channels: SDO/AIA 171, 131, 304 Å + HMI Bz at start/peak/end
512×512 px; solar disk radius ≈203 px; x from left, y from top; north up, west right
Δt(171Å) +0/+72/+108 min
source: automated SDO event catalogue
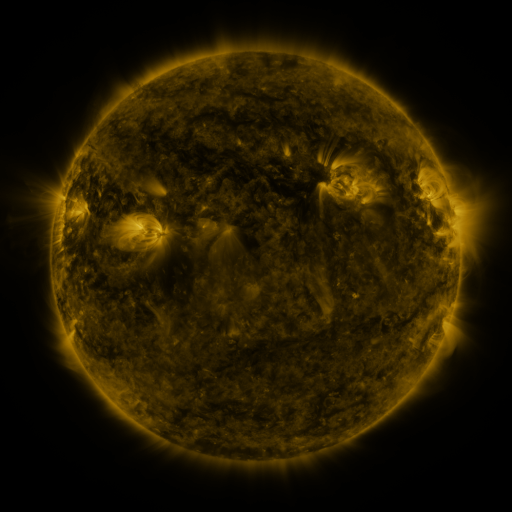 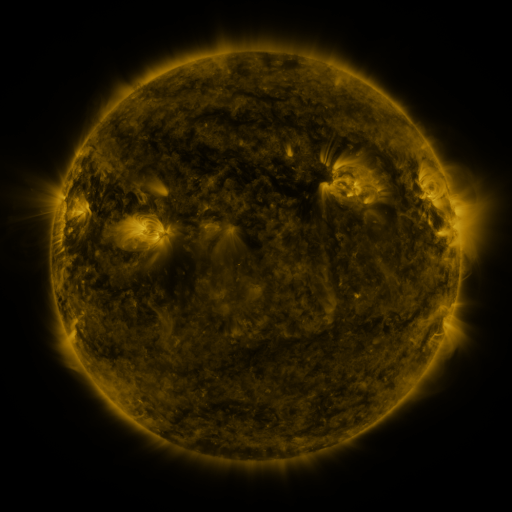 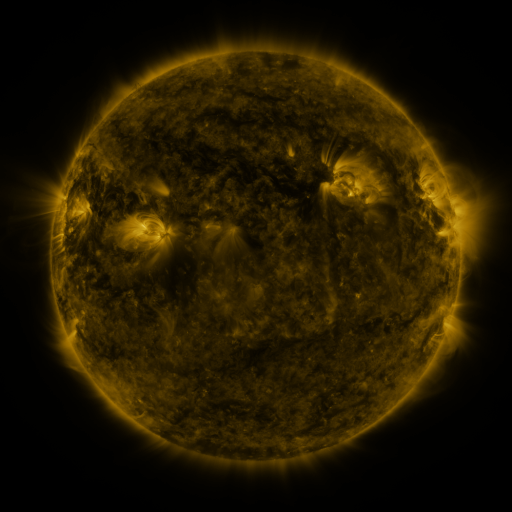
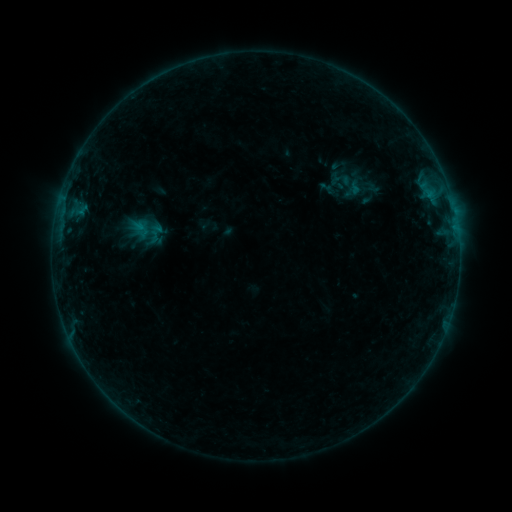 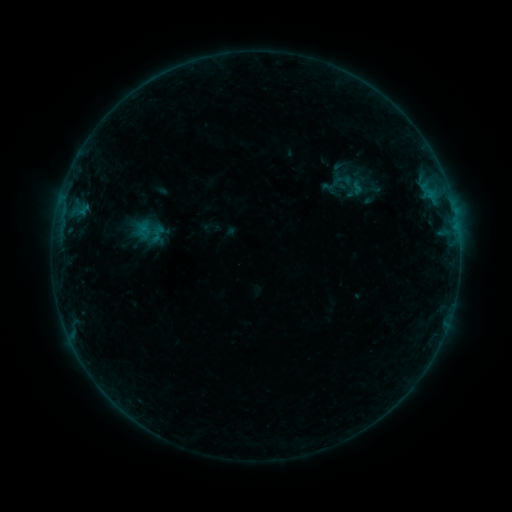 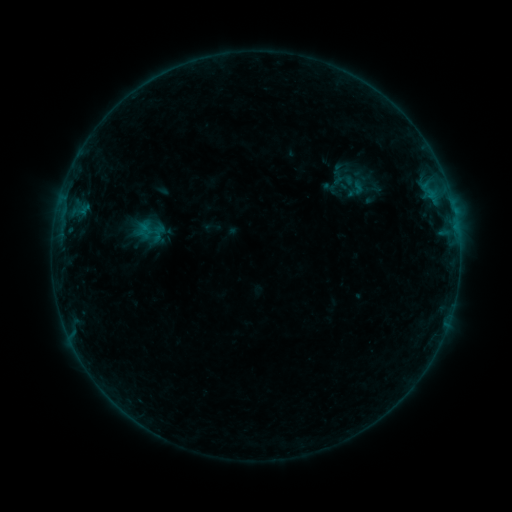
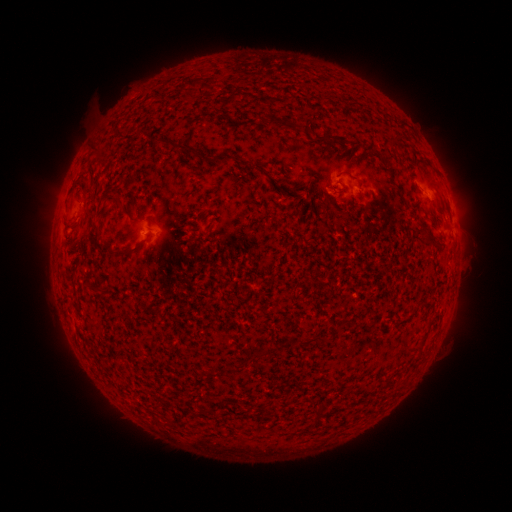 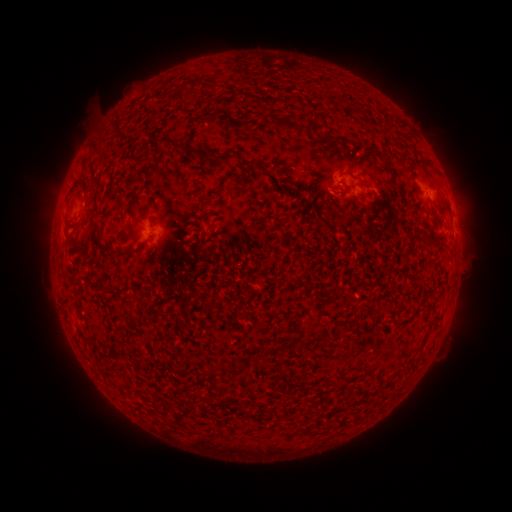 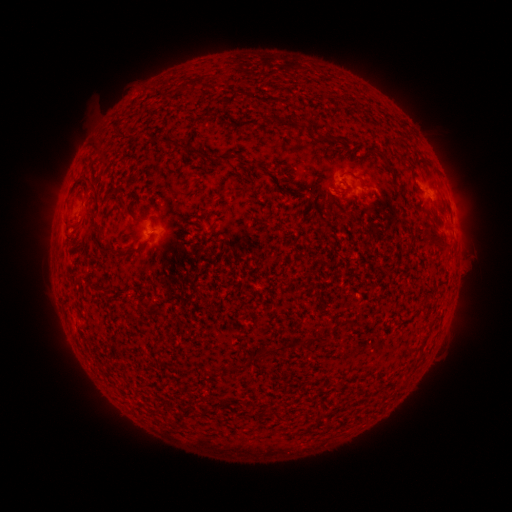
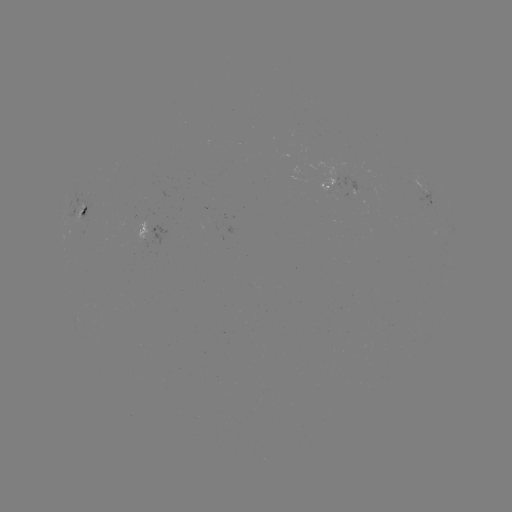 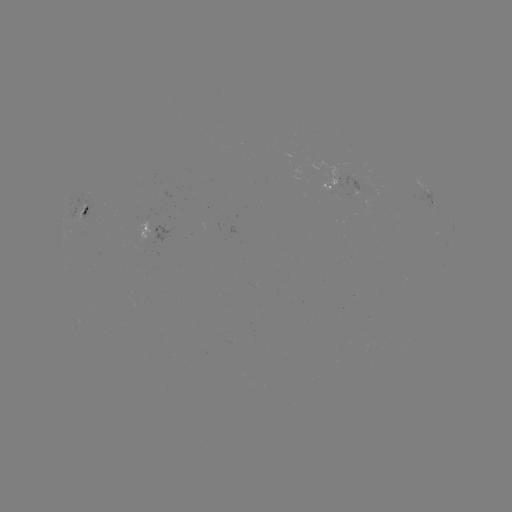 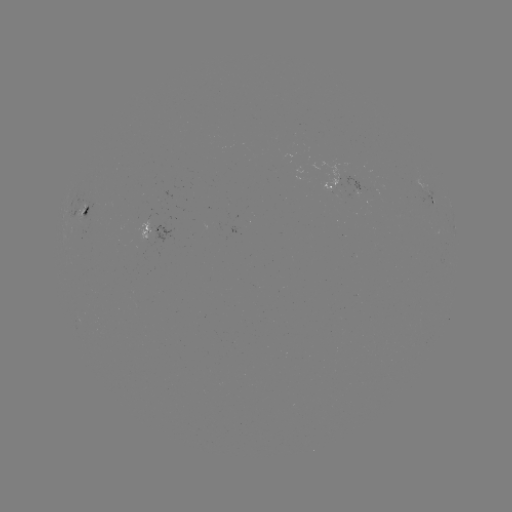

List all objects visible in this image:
emerging-flux region: (356, 187)
